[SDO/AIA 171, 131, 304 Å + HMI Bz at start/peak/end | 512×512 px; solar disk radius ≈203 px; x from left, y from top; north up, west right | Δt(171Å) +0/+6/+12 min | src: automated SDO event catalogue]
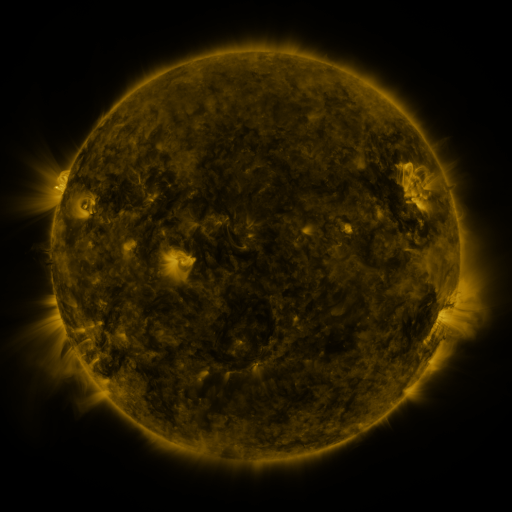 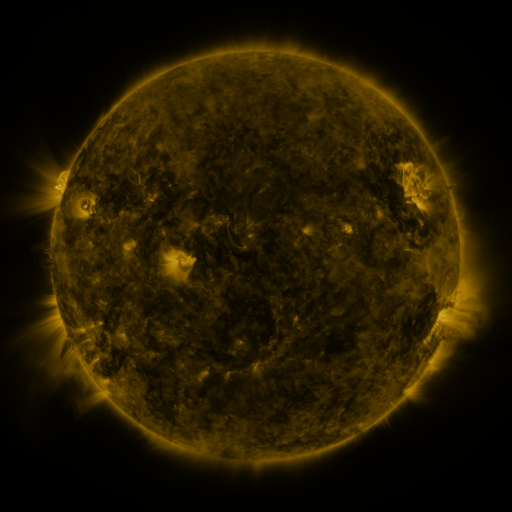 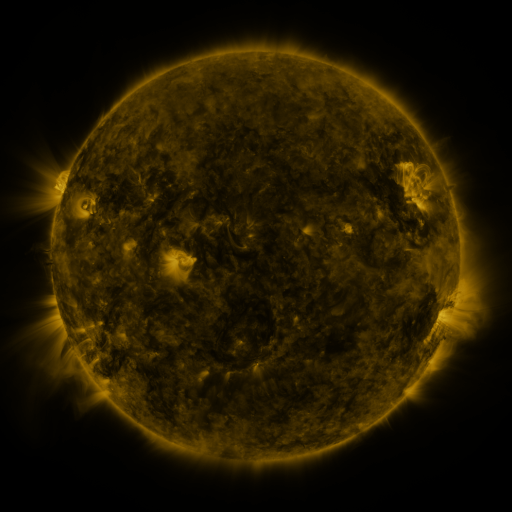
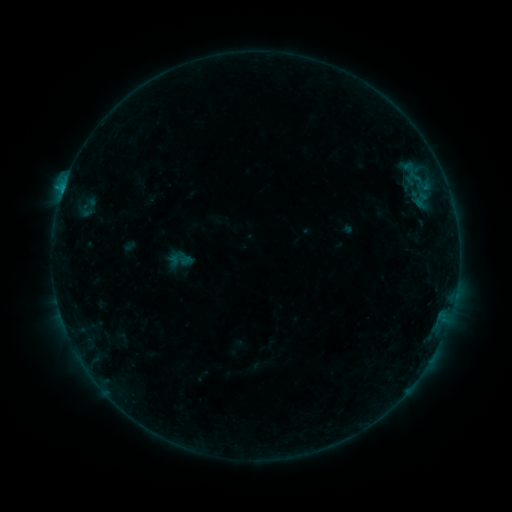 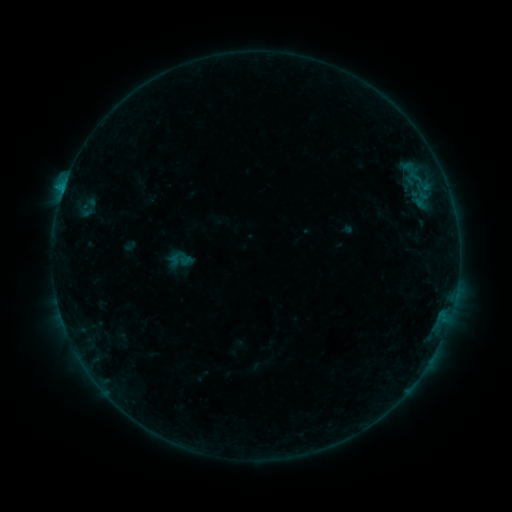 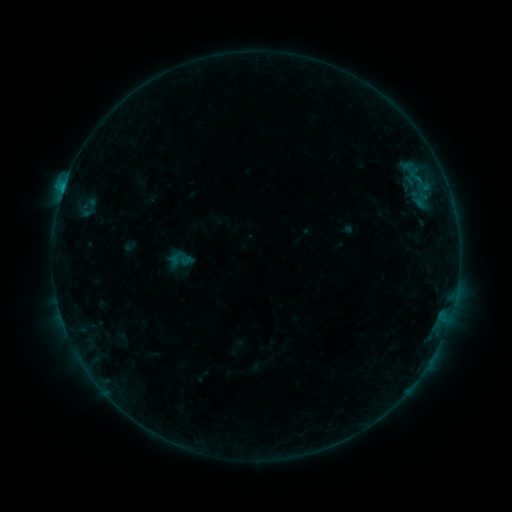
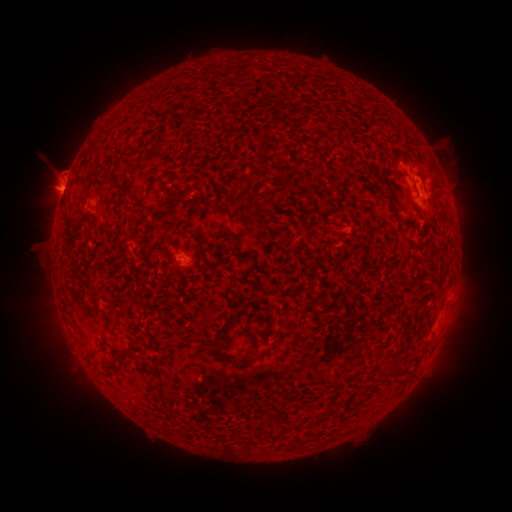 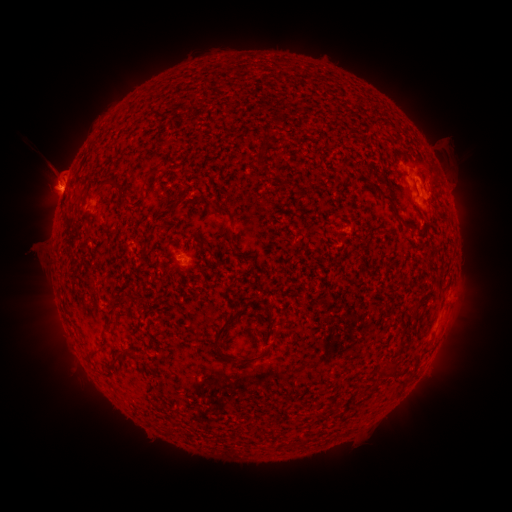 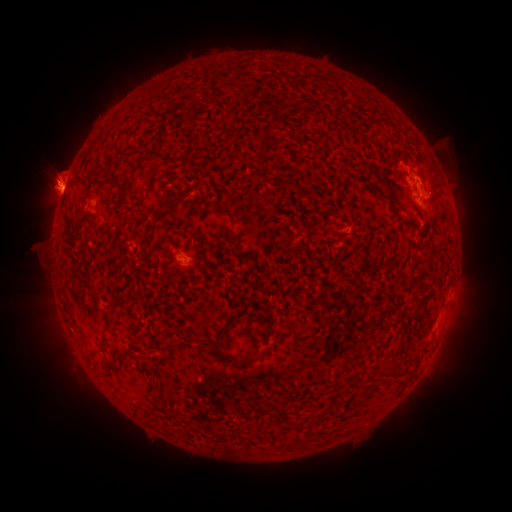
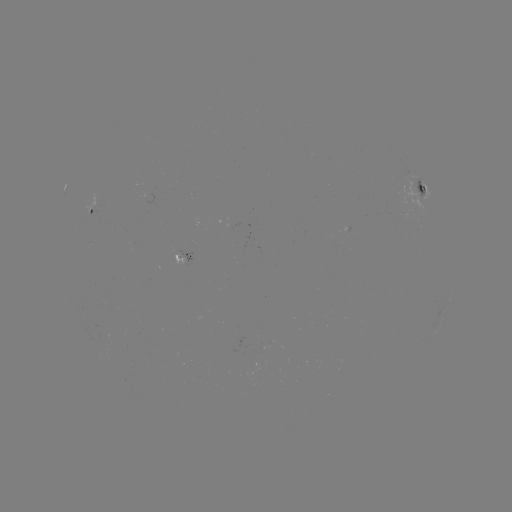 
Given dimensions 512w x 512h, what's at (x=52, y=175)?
eruption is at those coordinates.